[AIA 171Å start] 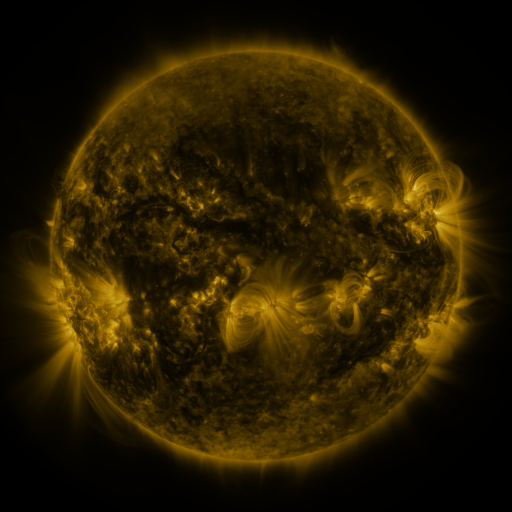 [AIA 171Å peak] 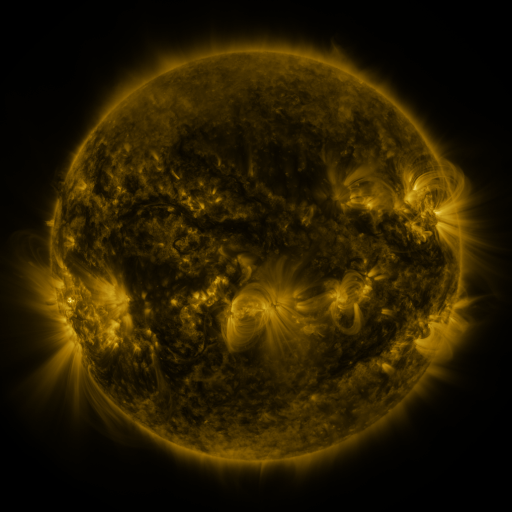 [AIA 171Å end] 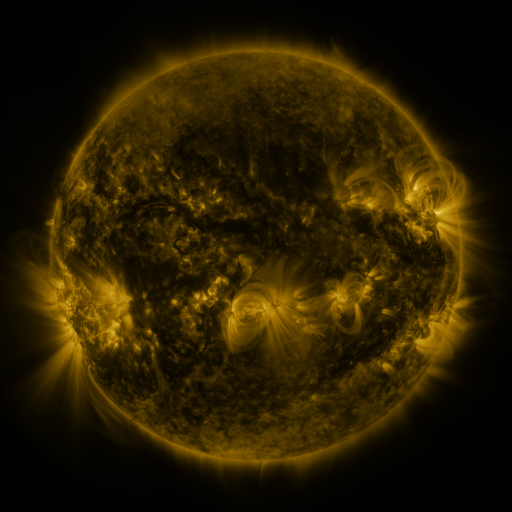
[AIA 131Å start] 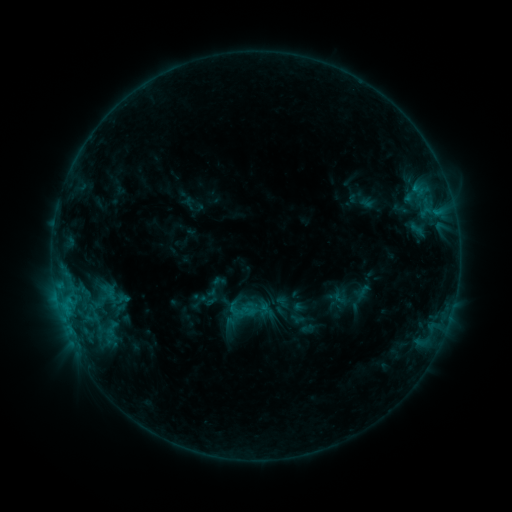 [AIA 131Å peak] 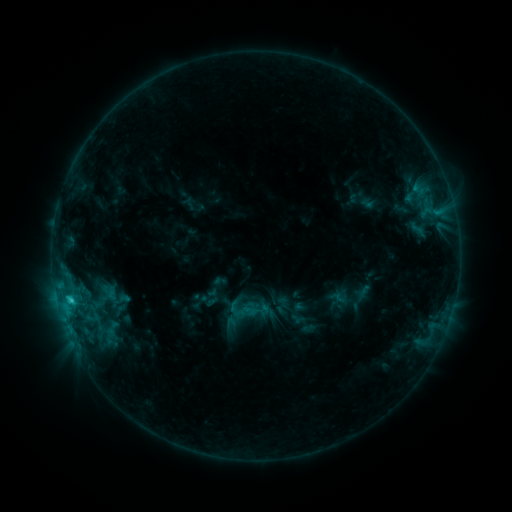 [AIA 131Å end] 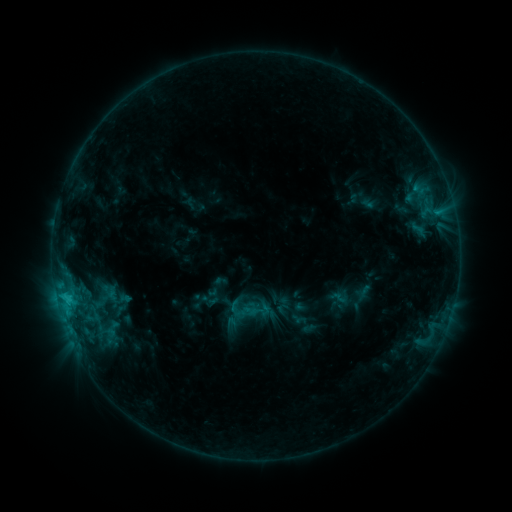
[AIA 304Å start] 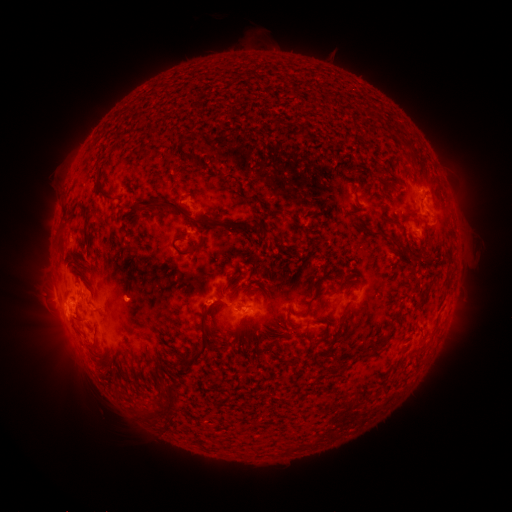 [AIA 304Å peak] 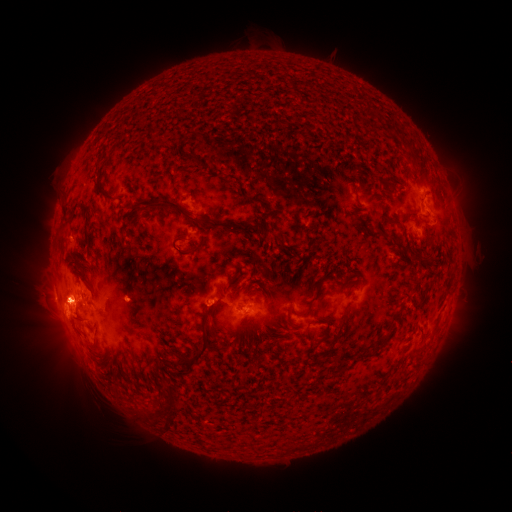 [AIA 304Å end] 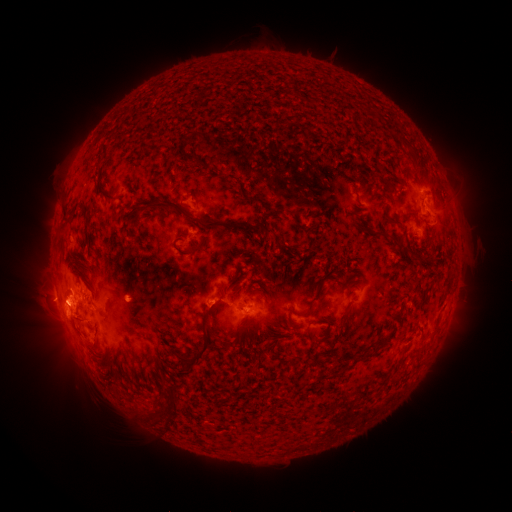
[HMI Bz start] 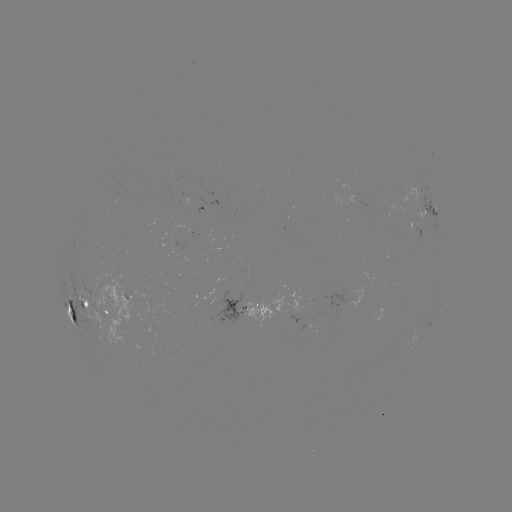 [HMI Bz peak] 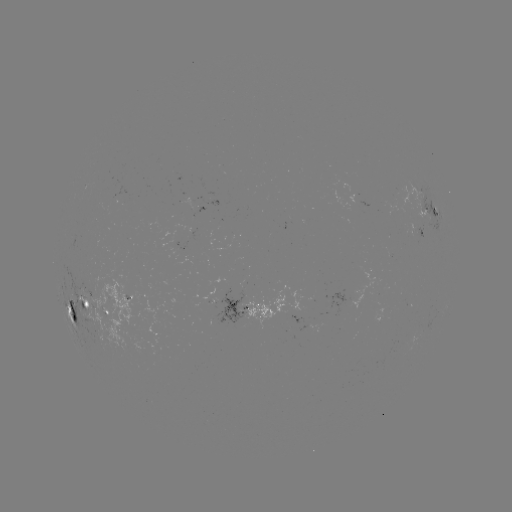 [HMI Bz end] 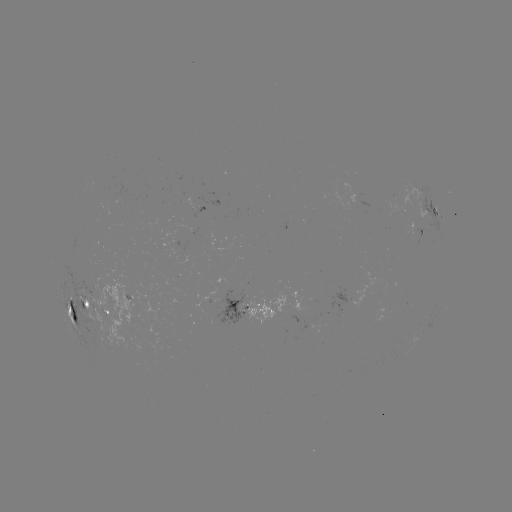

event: flare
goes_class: C2.0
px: (72, 298)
